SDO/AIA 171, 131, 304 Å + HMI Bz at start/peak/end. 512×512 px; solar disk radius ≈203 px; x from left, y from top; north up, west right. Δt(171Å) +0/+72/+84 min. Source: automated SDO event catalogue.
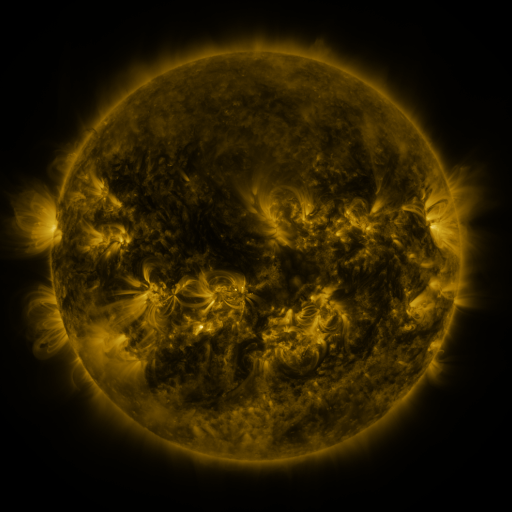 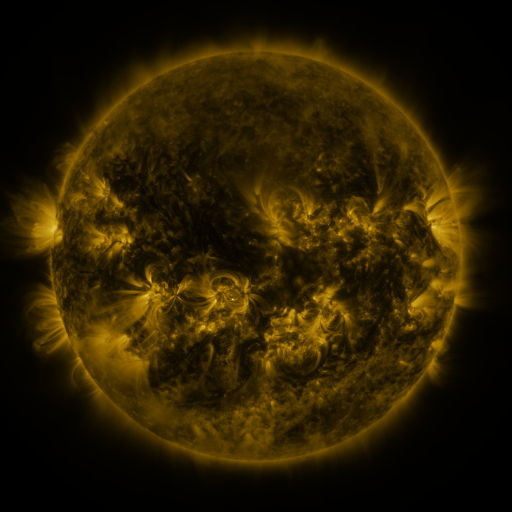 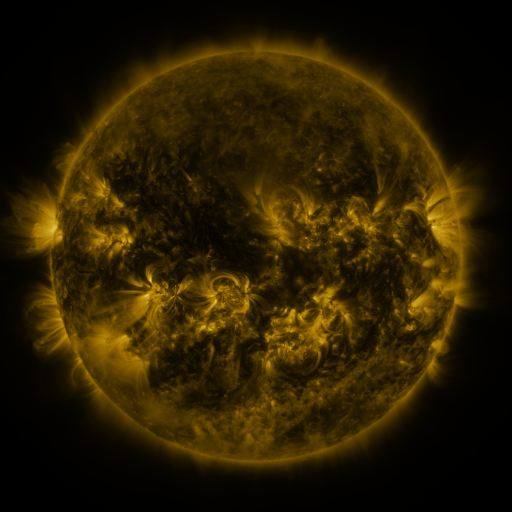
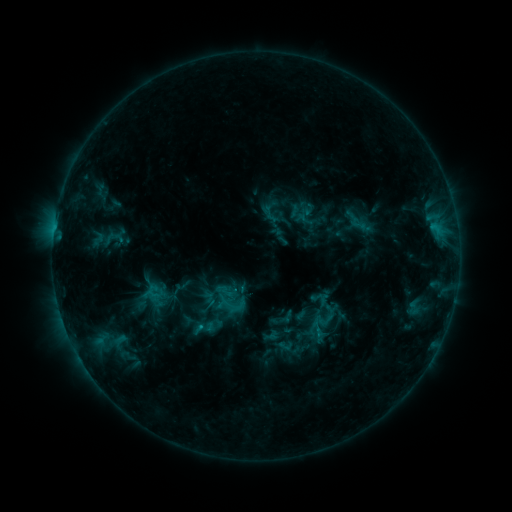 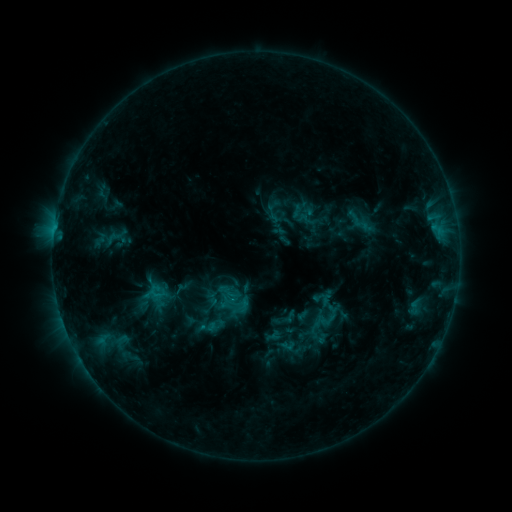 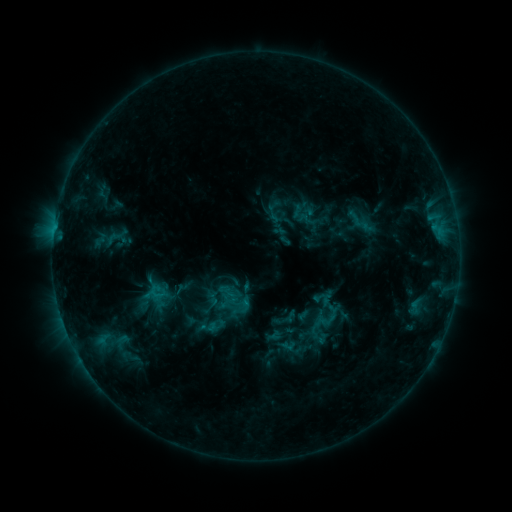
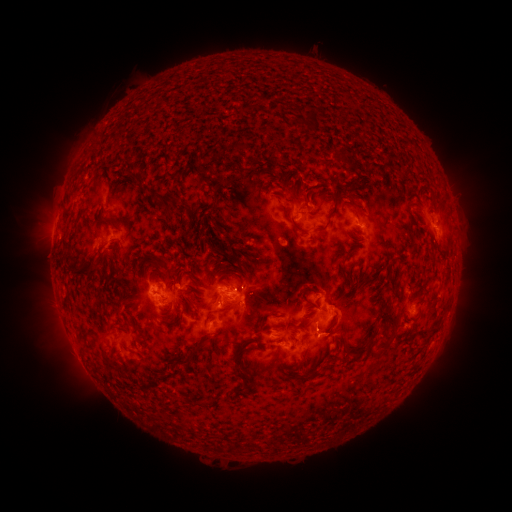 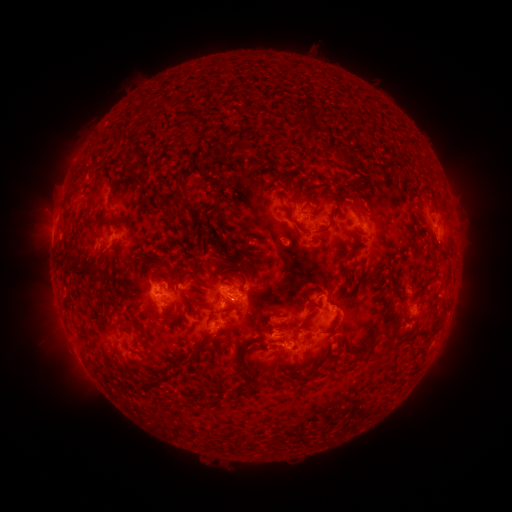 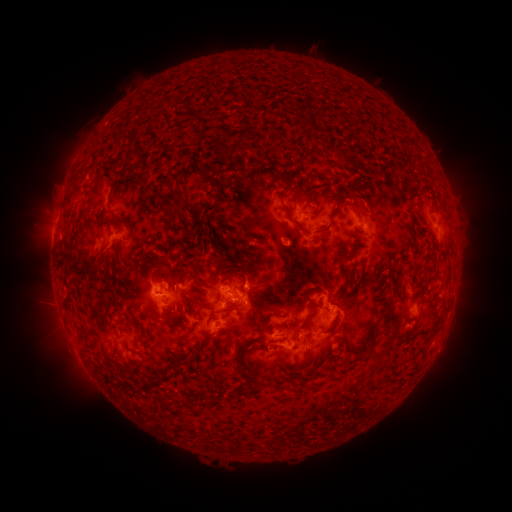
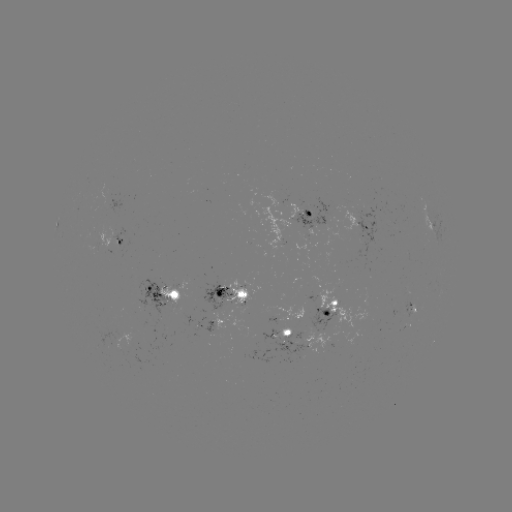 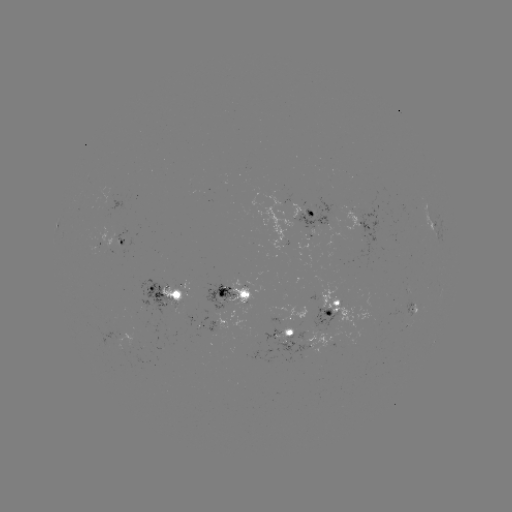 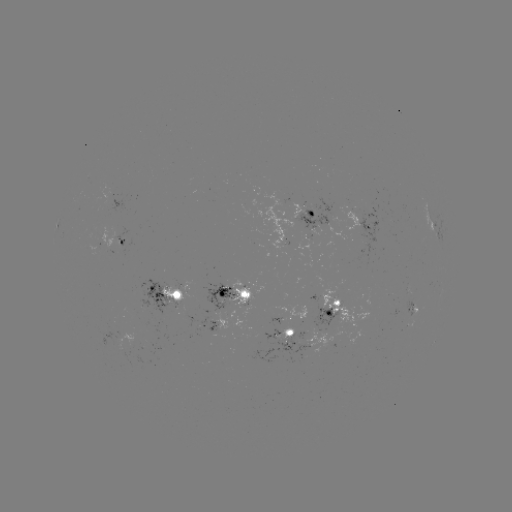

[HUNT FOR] emerging-flux region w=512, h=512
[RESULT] (234, 299)